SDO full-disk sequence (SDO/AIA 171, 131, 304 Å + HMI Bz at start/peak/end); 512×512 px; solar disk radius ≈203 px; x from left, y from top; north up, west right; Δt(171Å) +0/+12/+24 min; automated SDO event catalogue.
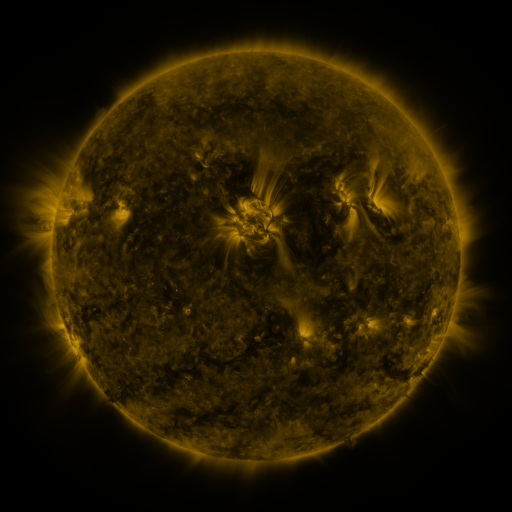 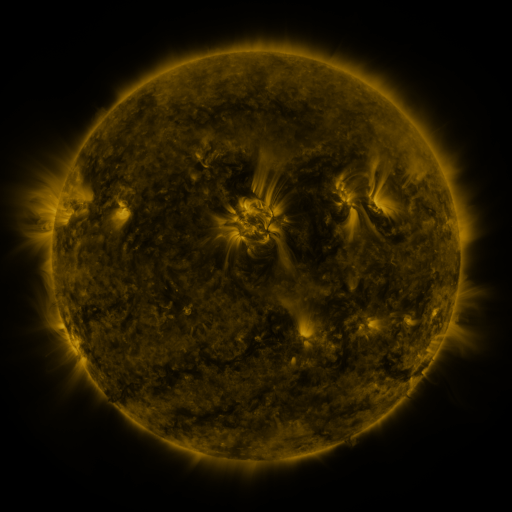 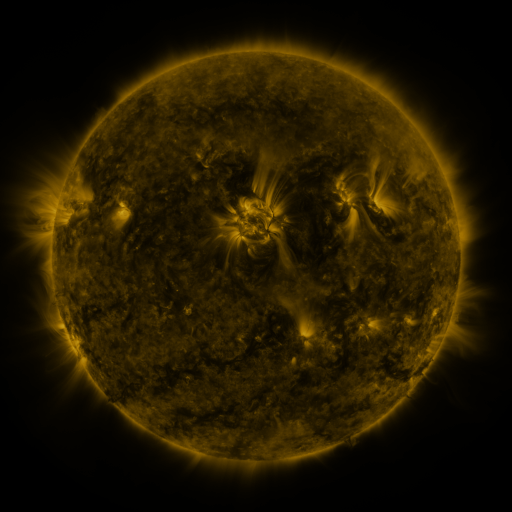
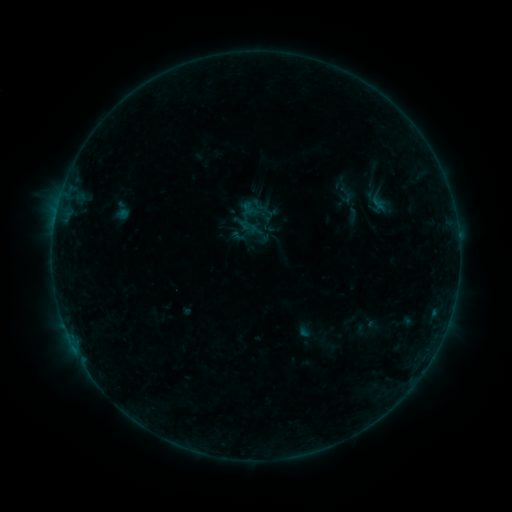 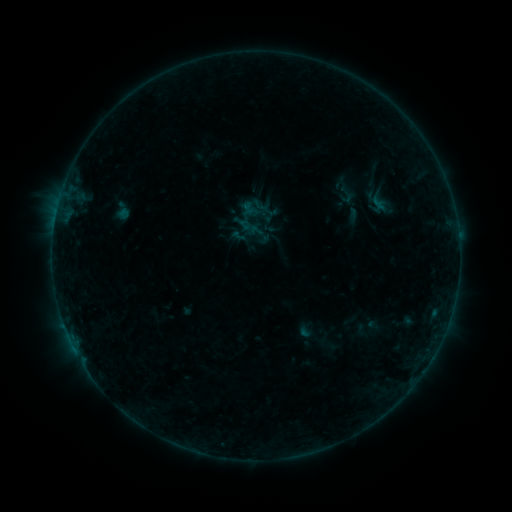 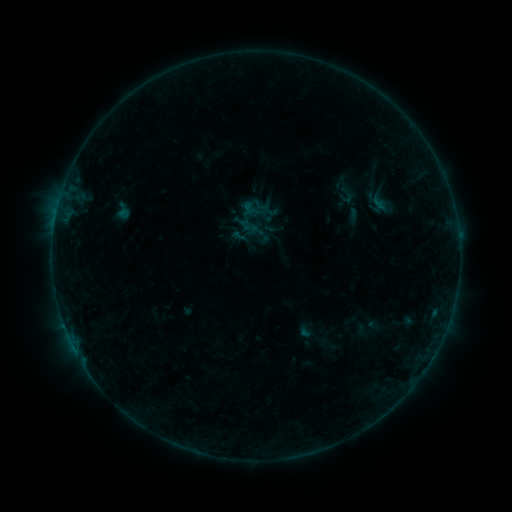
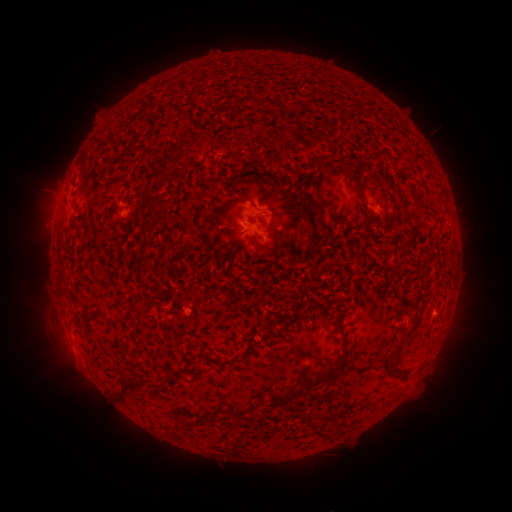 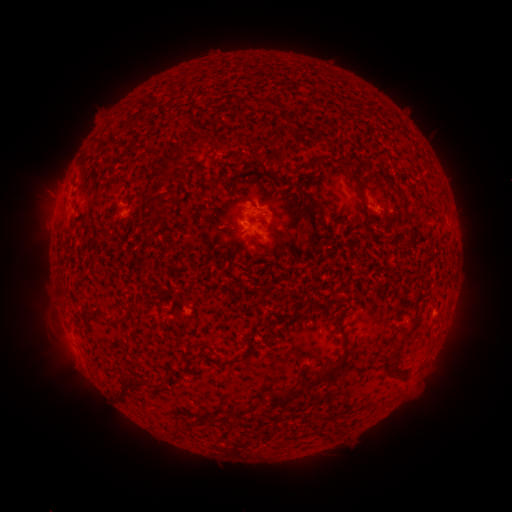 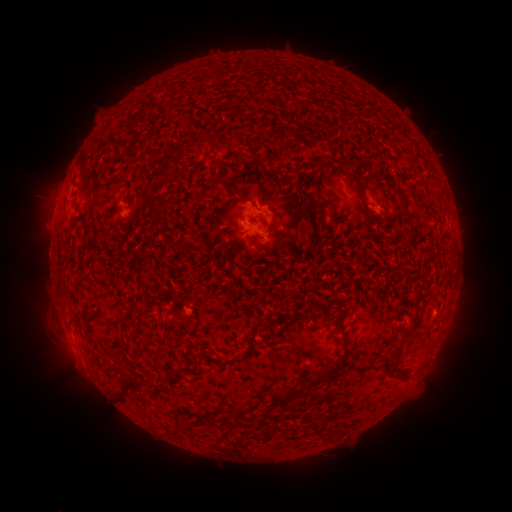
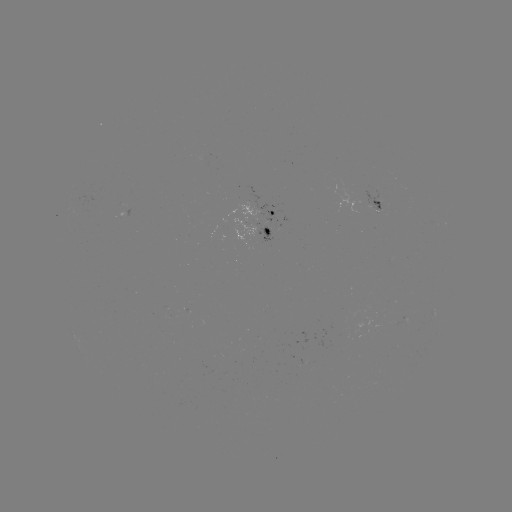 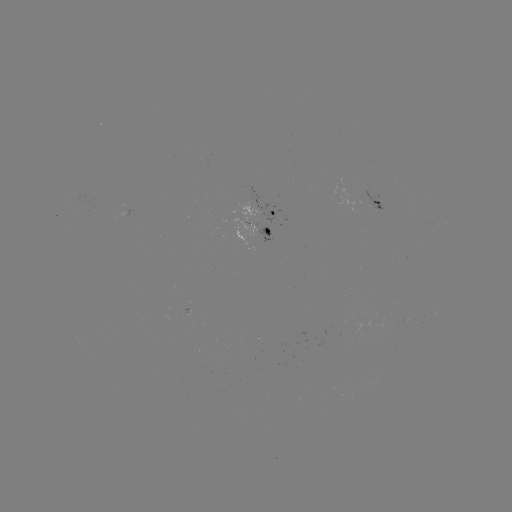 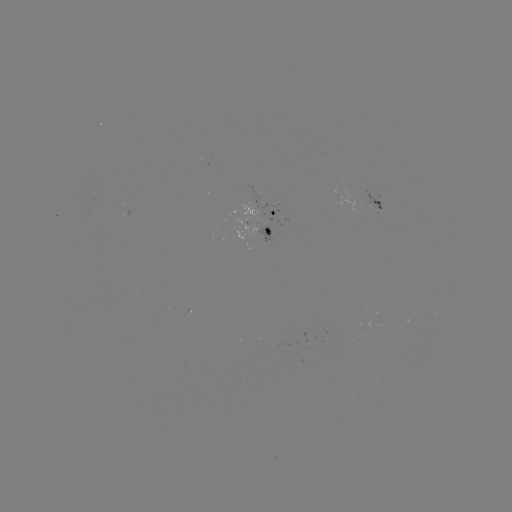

nothing was catalogued: no classed flare, no EUV trigger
